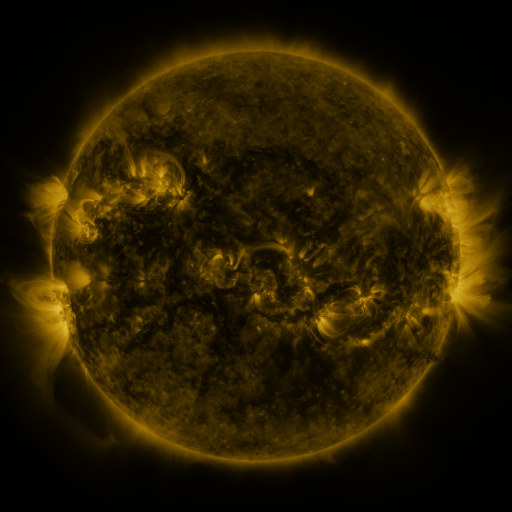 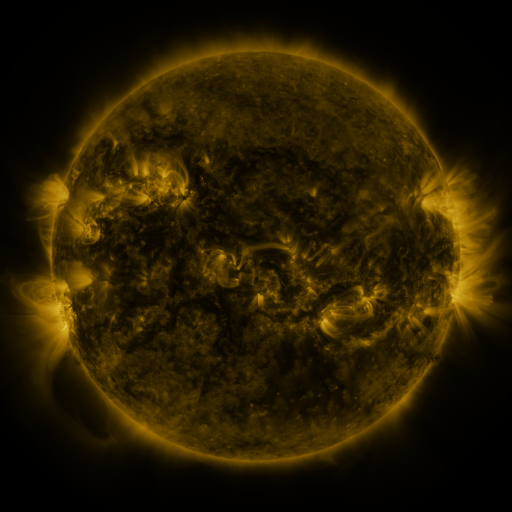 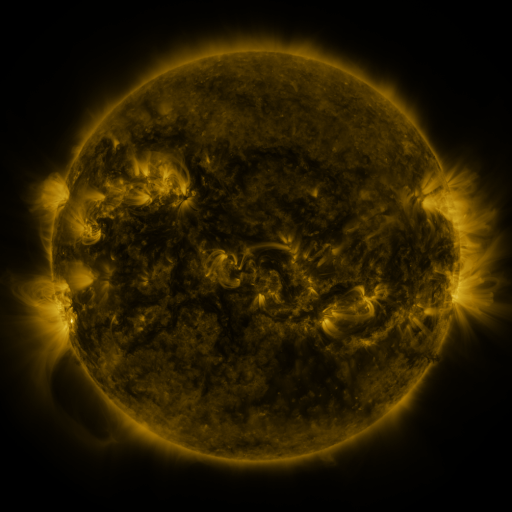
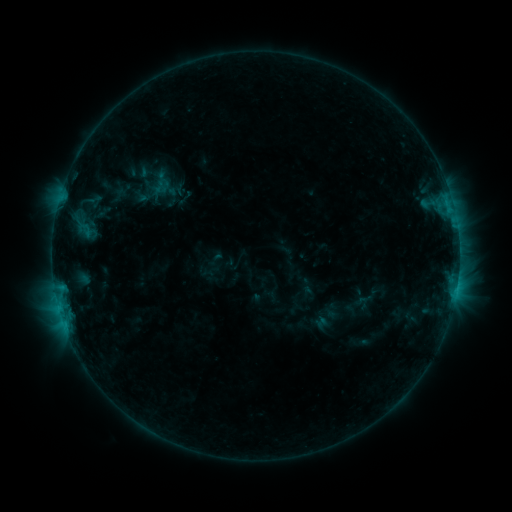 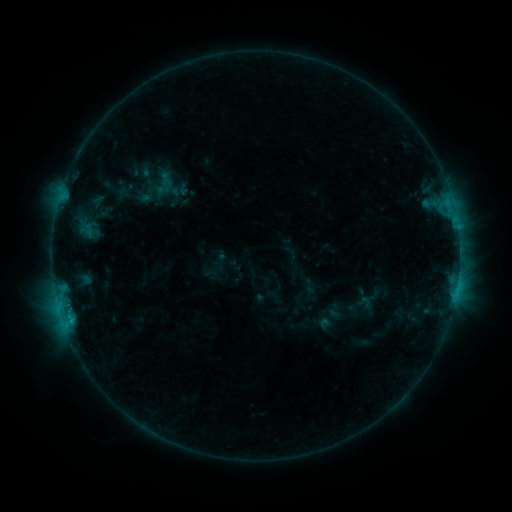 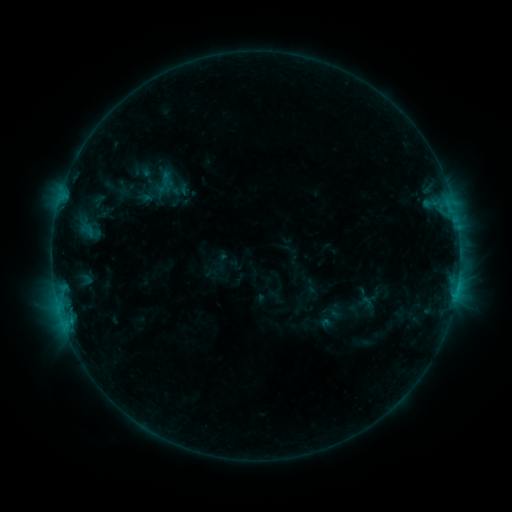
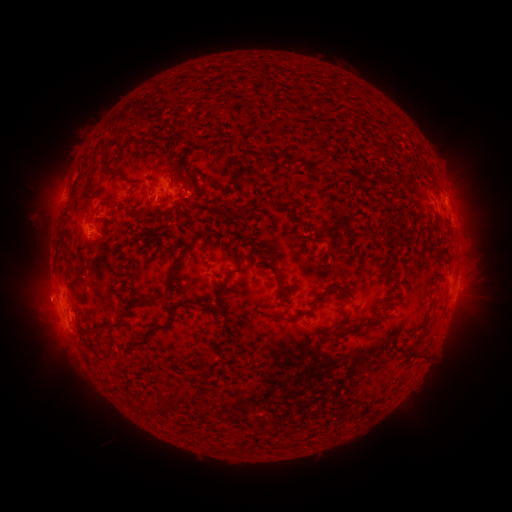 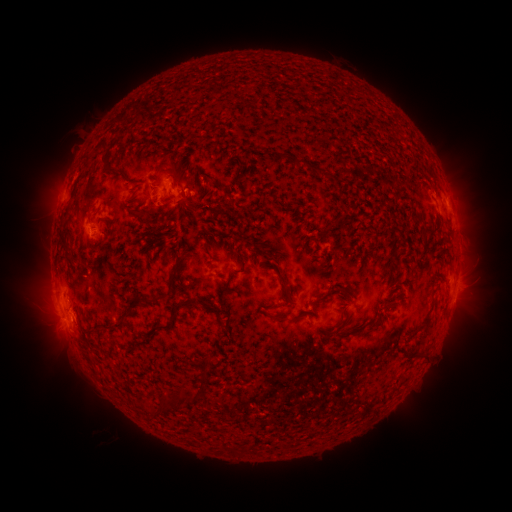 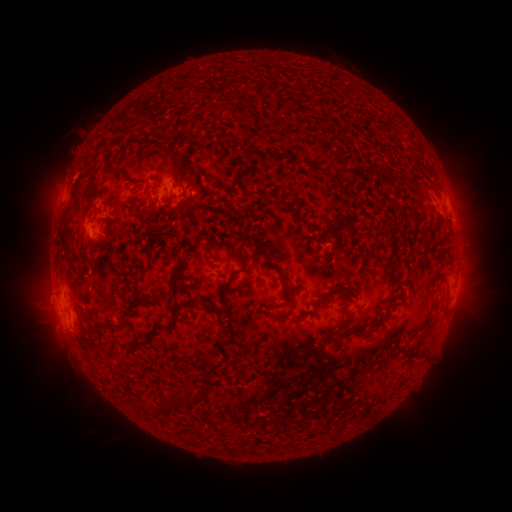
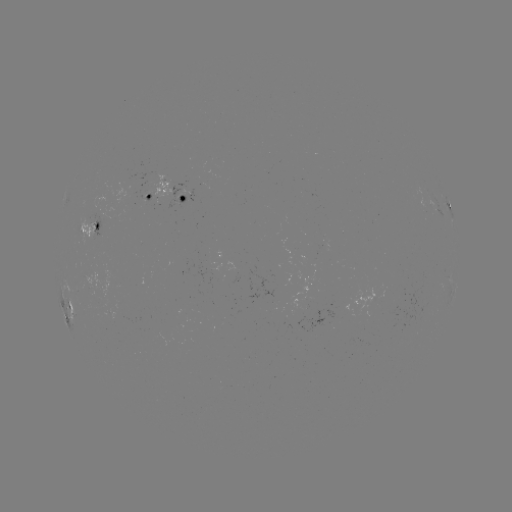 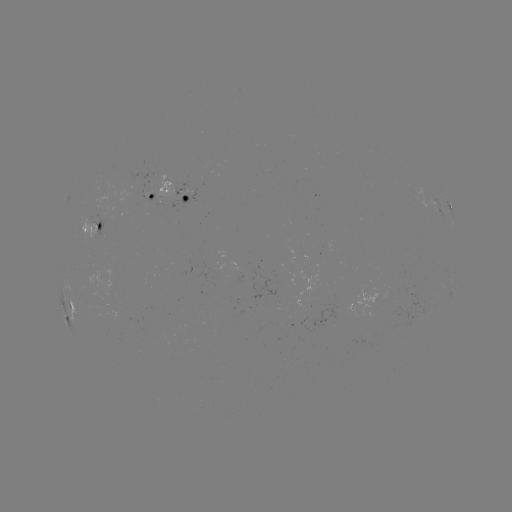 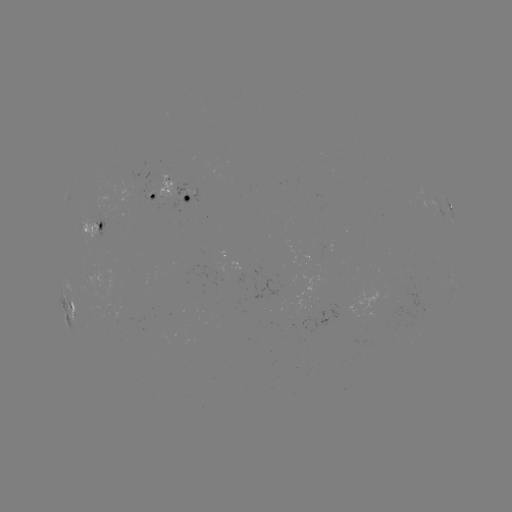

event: emerging-flux region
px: (115, 317)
